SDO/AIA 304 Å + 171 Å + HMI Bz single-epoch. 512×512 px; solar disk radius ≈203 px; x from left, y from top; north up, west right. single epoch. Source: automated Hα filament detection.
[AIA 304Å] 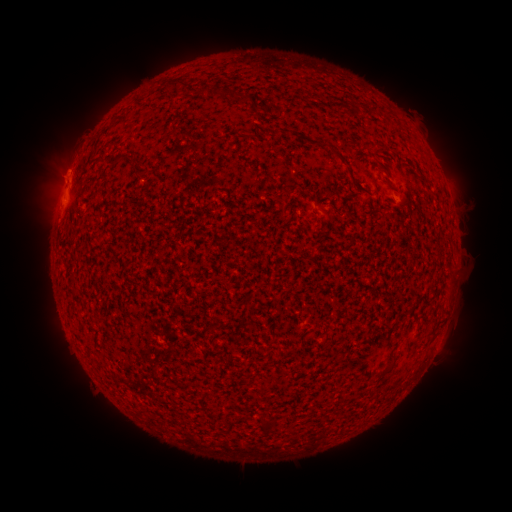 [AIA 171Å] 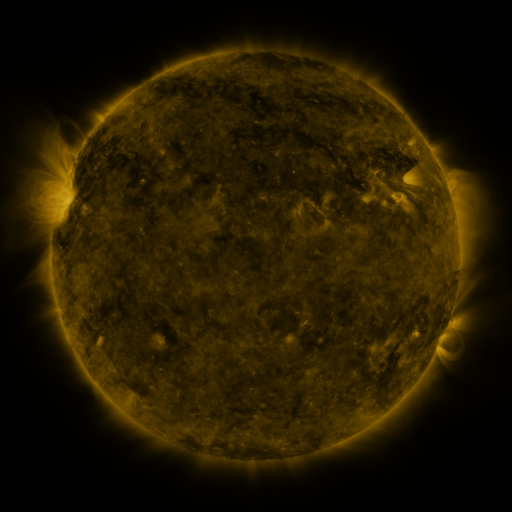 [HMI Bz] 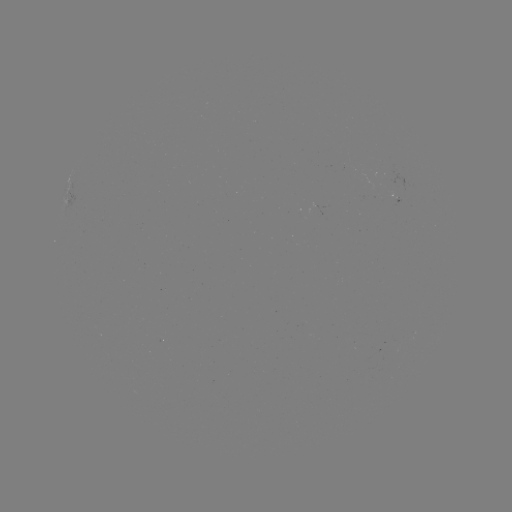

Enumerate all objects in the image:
filament: (188, 86, 211, 96)
filament: (212, 86, 240, 100)
filament: (239, 92, 254, 104)
filament: (310, 139, 348, 167)
filament: (114, 150, 138, 163)
filament: (138, 165, 152, 174)
filament: (350, 176, 361, 191)
filament: (380, 365, 392, 376)
